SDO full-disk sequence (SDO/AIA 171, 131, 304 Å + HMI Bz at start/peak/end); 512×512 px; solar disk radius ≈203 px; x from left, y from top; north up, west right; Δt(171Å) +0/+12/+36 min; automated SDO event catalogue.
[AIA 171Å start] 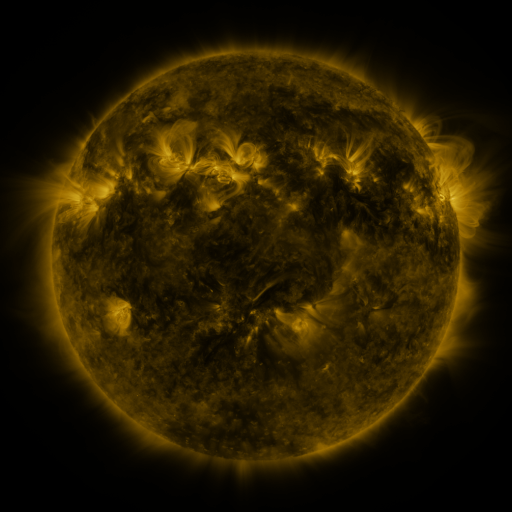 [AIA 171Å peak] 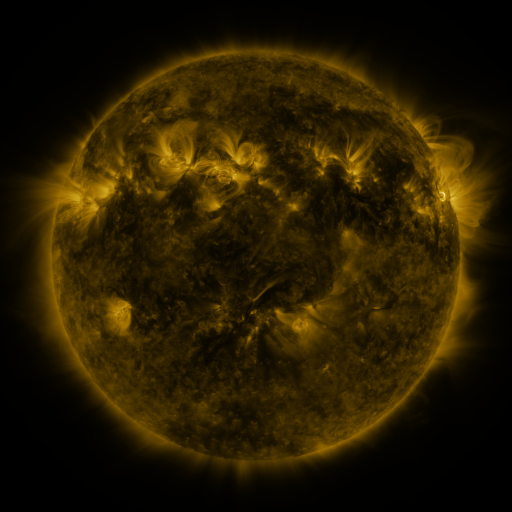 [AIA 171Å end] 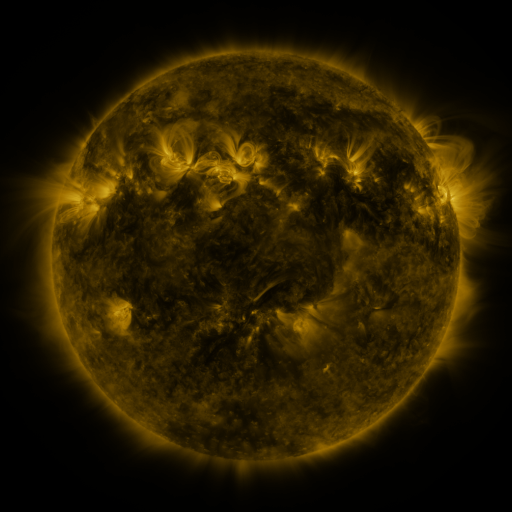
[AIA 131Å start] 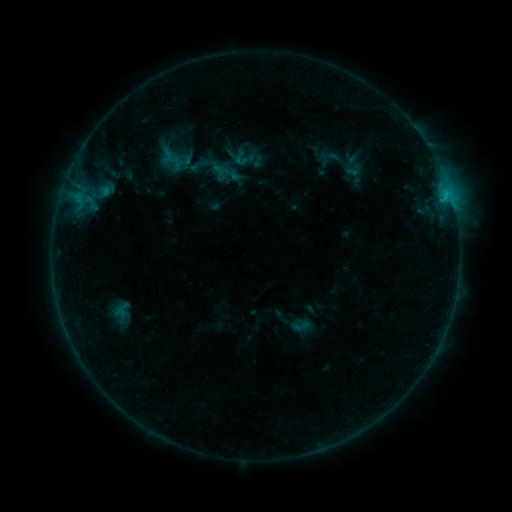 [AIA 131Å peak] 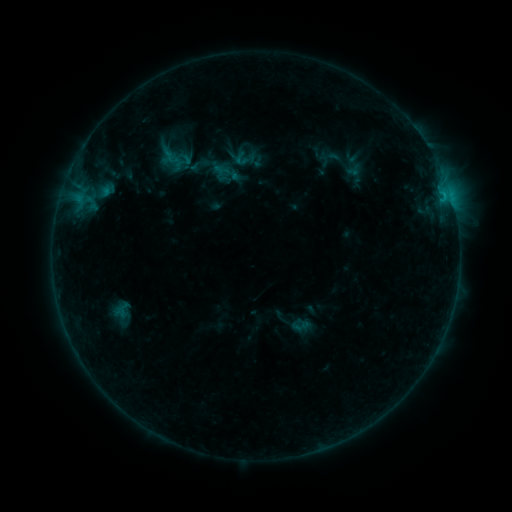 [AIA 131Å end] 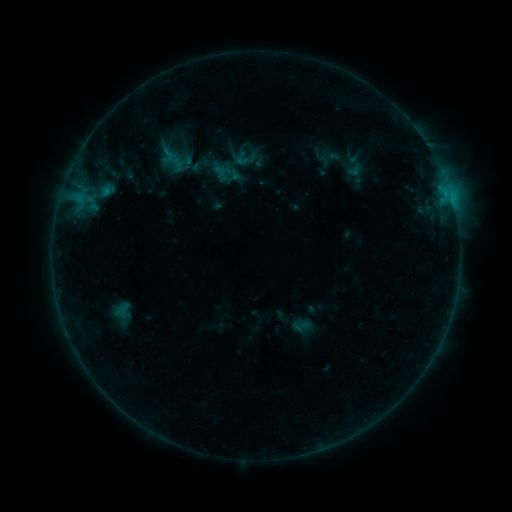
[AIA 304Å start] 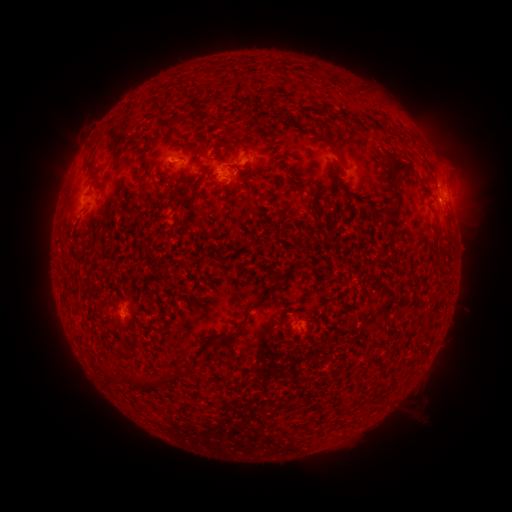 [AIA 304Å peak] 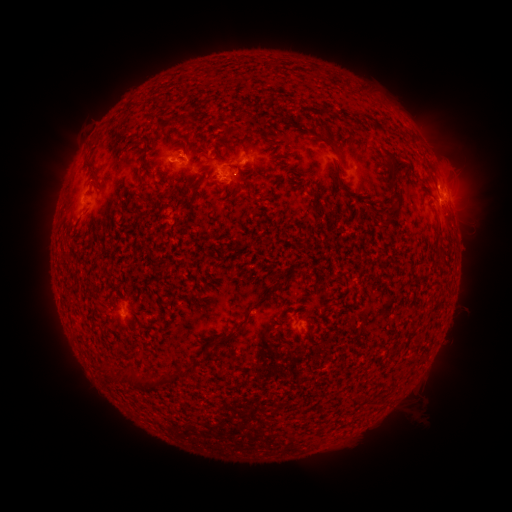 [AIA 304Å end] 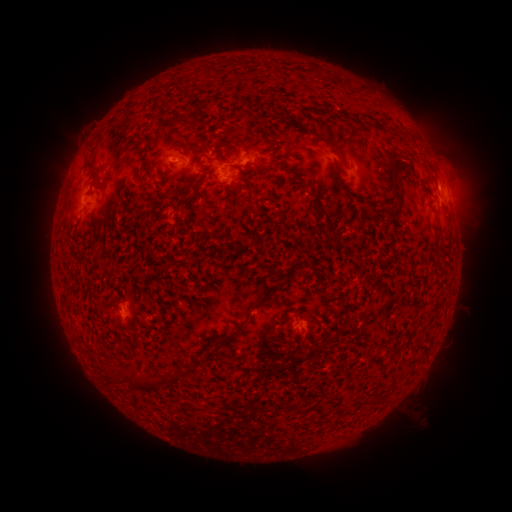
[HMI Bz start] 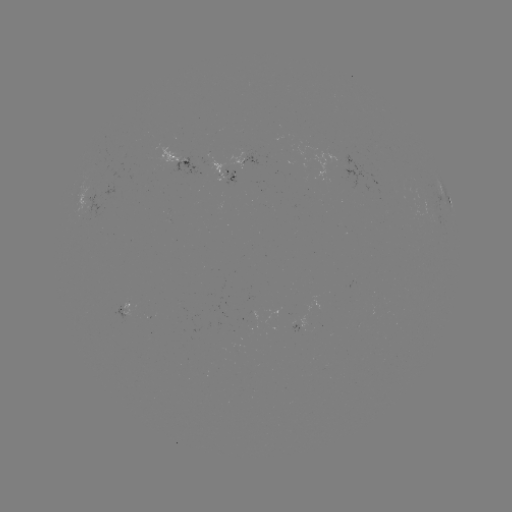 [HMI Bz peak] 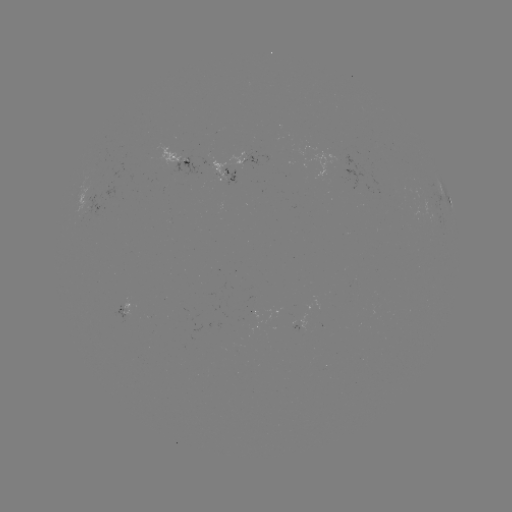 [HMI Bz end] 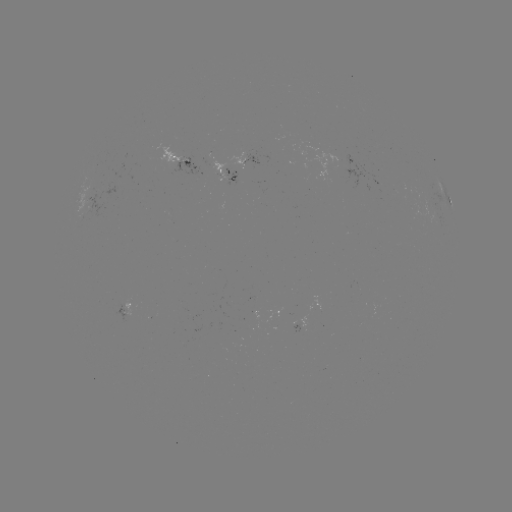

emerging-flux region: <bbox>221, 171, 235, 183</bbox>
